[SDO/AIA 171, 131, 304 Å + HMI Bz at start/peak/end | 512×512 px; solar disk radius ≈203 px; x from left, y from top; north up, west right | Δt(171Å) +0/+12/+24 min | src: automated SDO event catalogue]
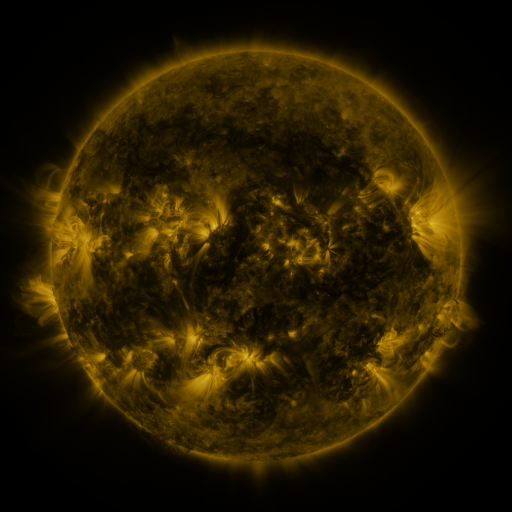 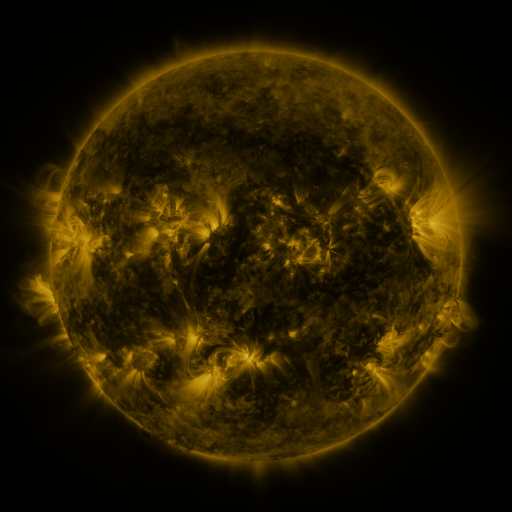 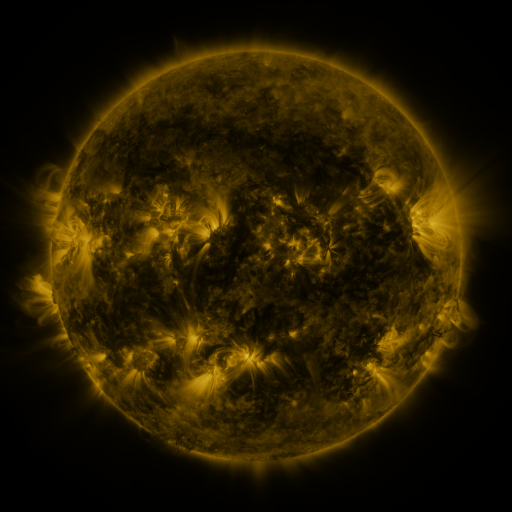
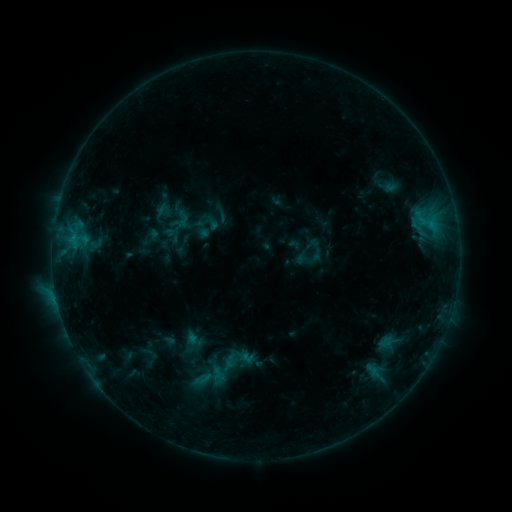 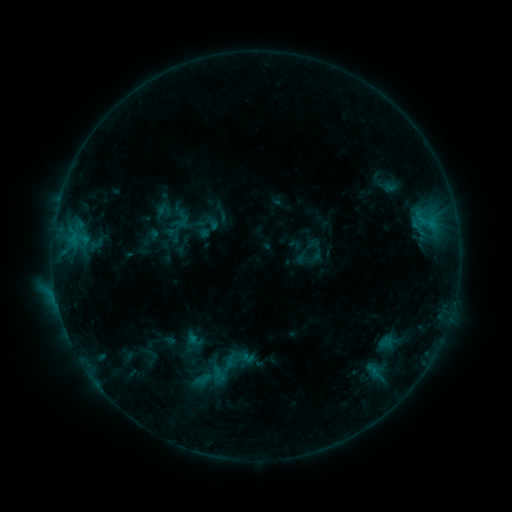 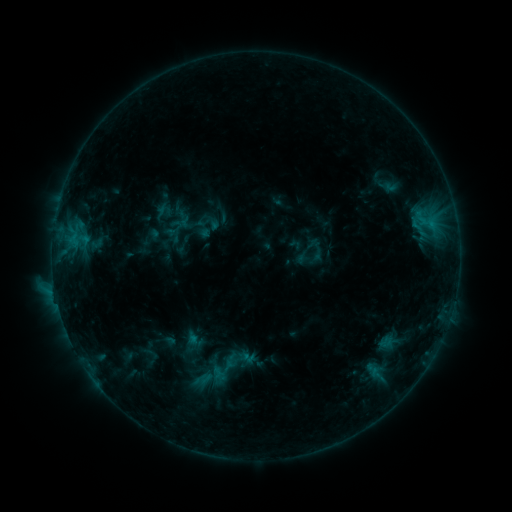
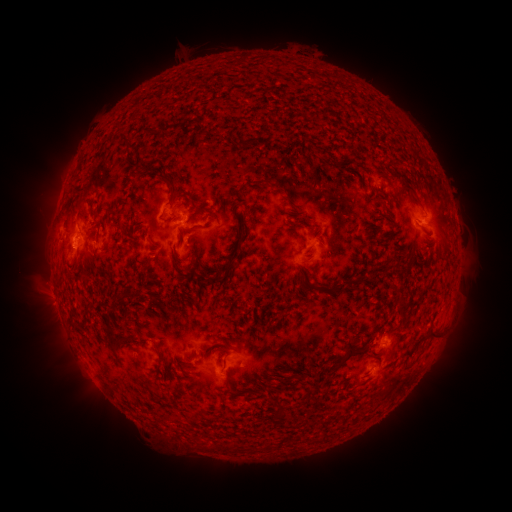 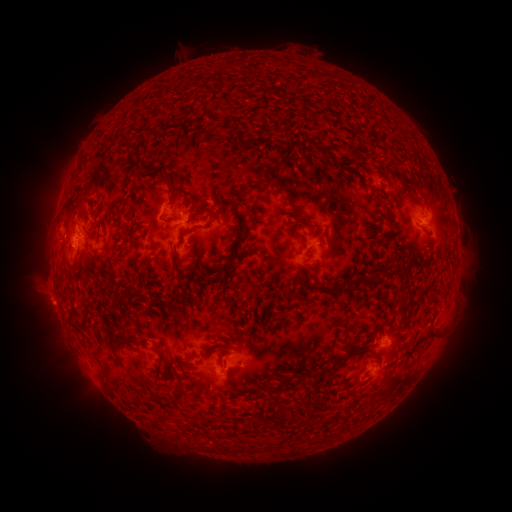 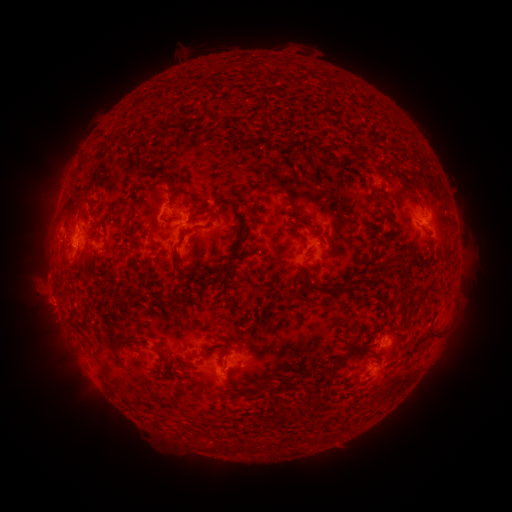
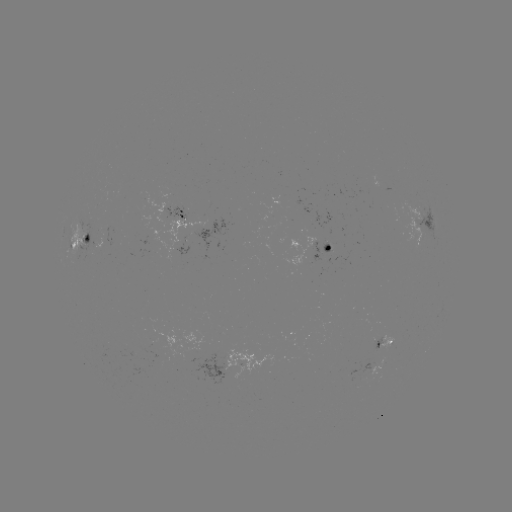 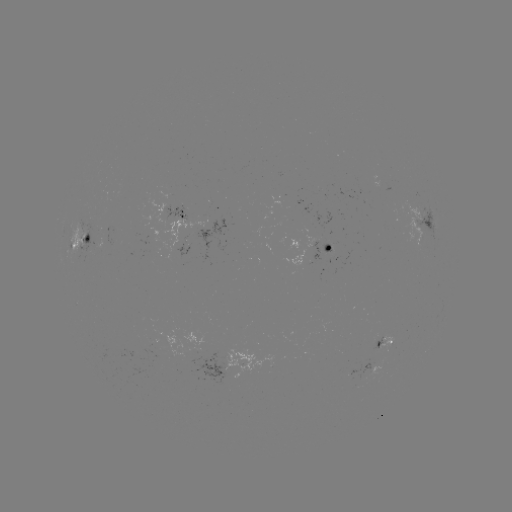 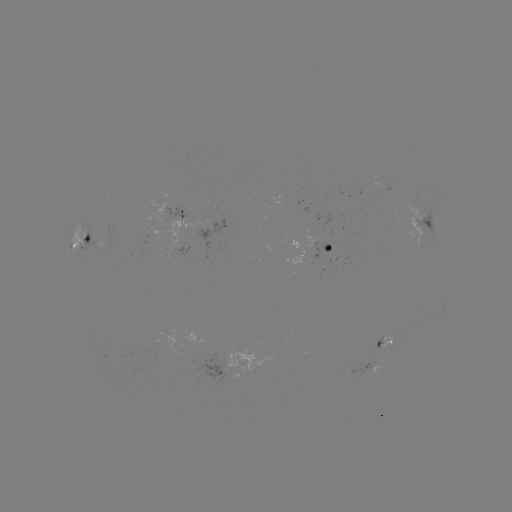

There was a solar eruption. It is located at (46, 299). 